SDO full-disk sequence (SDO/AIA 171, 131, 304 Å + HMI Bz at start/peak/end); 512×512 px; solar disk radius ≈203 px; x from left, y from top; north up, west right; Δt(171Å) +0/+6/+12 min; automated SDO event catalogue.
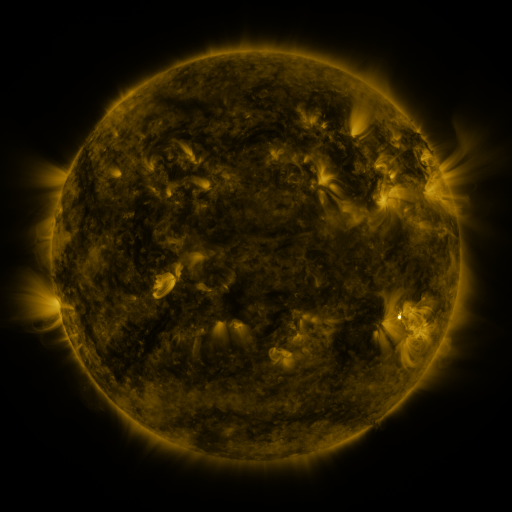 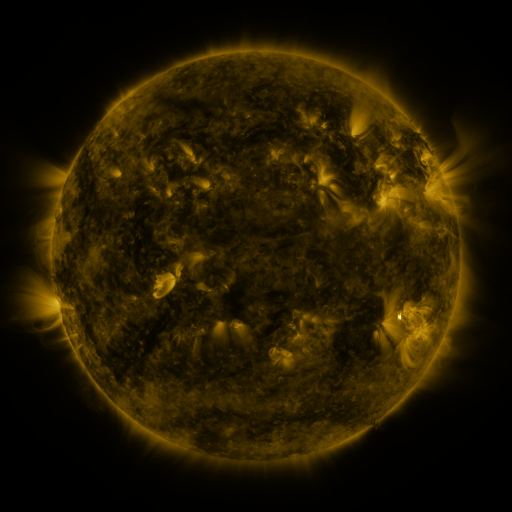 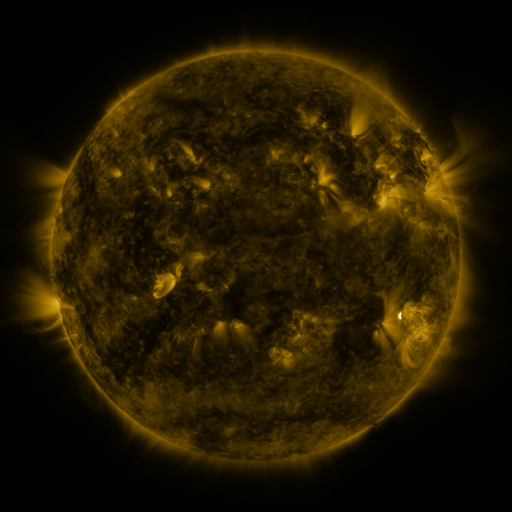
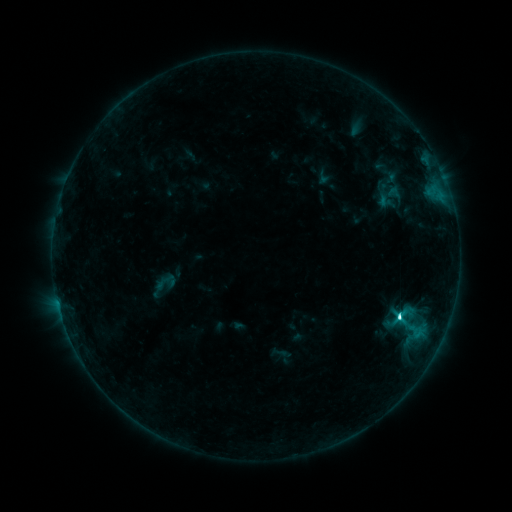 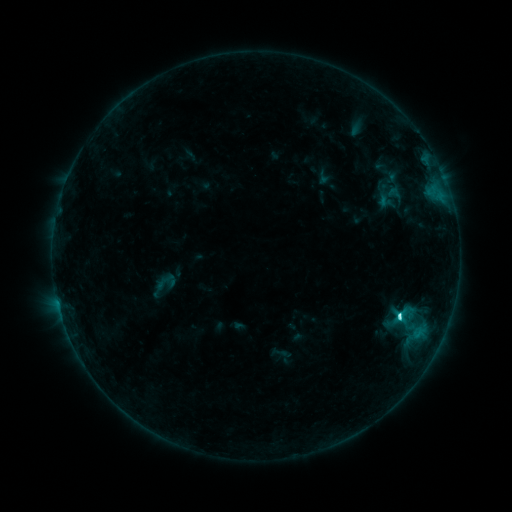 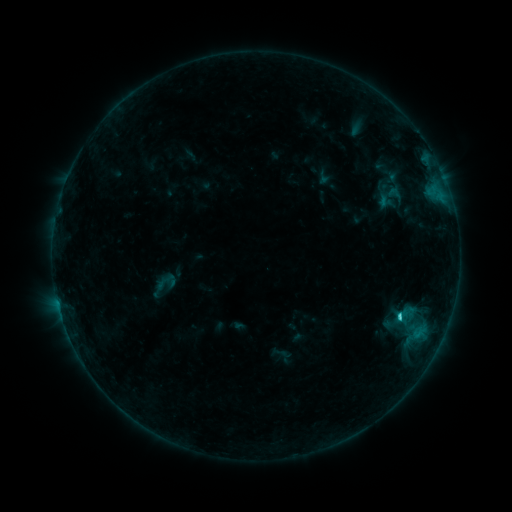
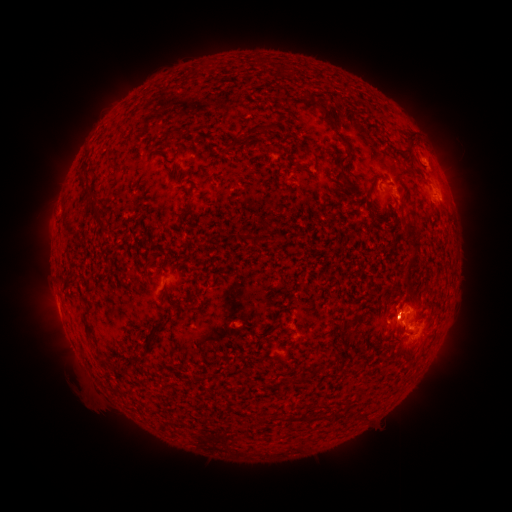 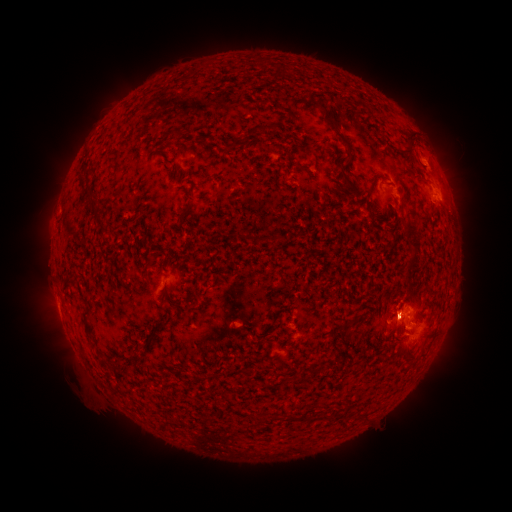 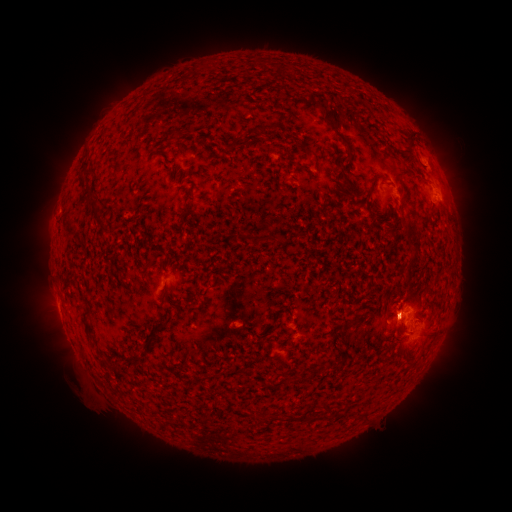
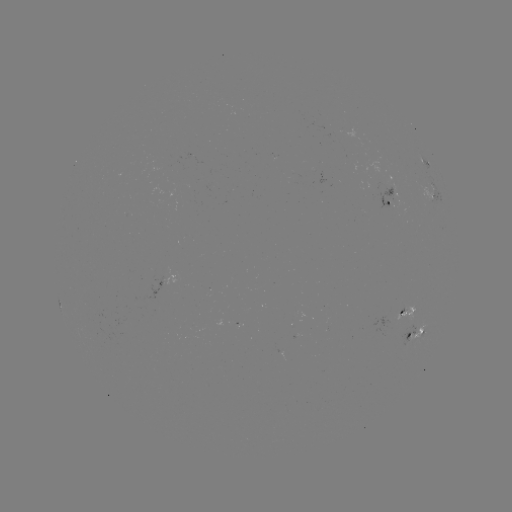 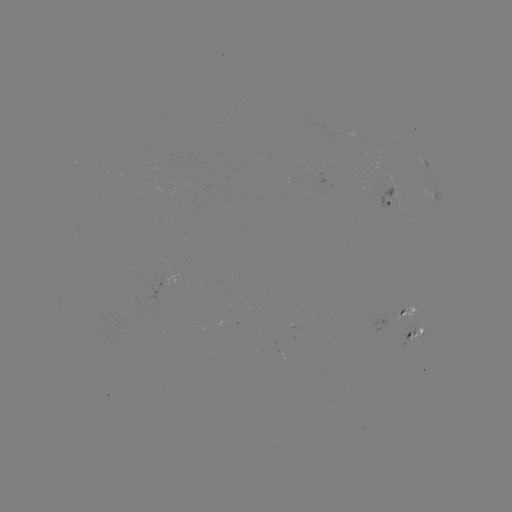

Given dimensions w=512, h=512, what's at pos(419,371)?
eruption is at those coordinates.